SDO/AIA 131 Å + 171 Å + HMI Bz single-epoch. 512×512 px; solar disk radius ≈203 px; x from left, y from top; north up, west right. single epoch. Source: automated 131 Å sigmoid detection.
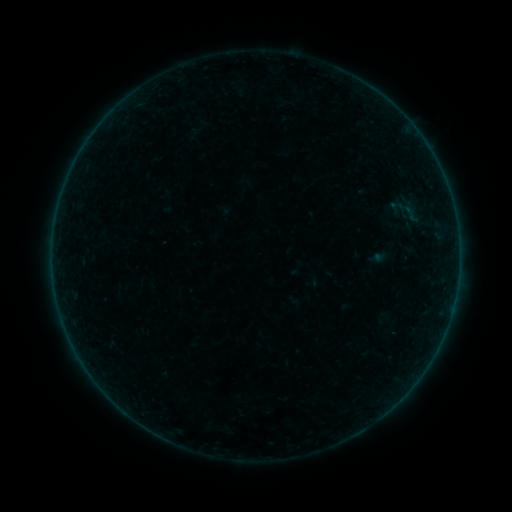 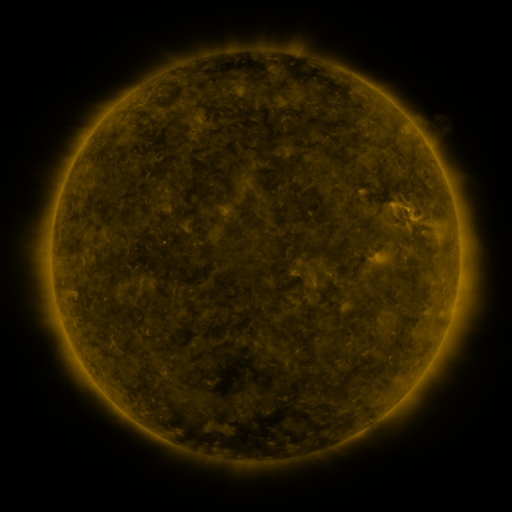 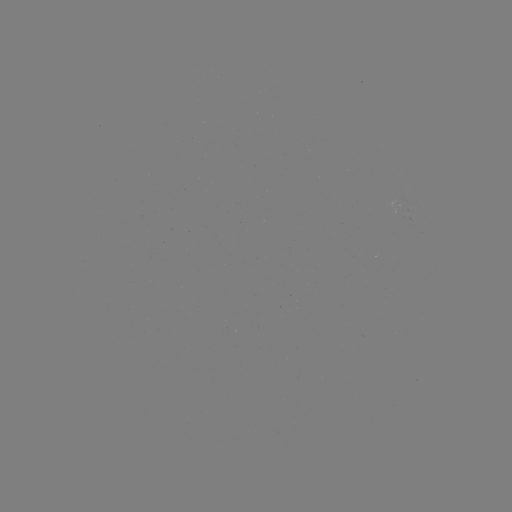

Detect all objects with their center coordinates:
sigmoid: (411, 214)
